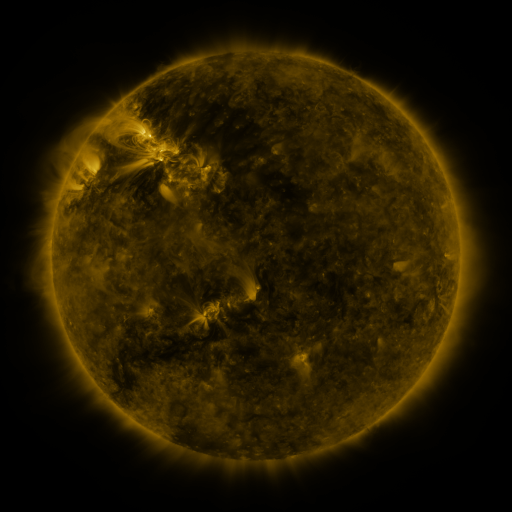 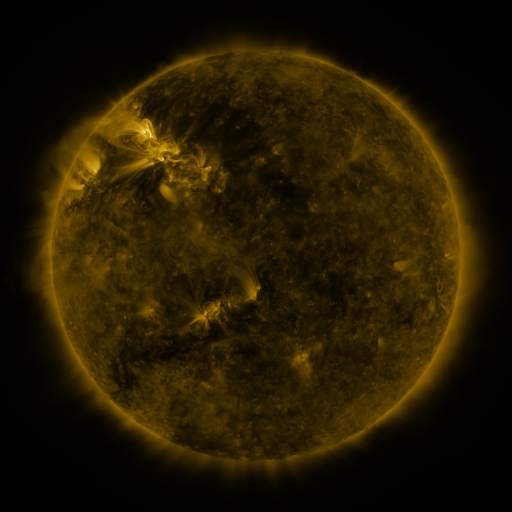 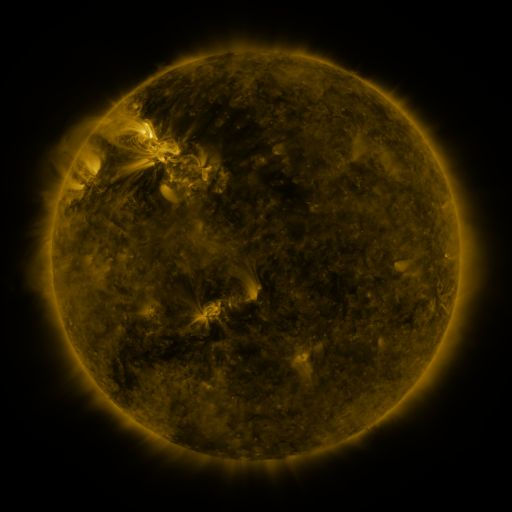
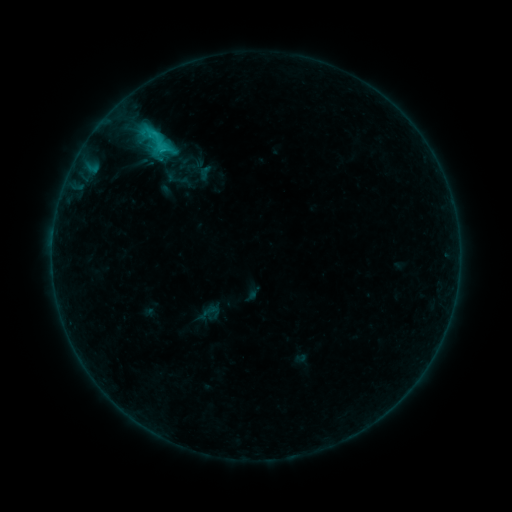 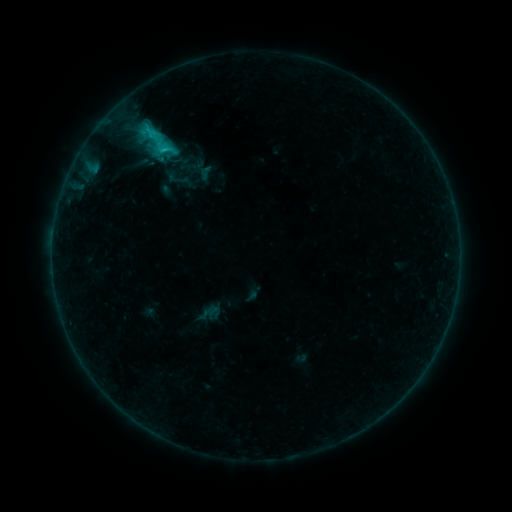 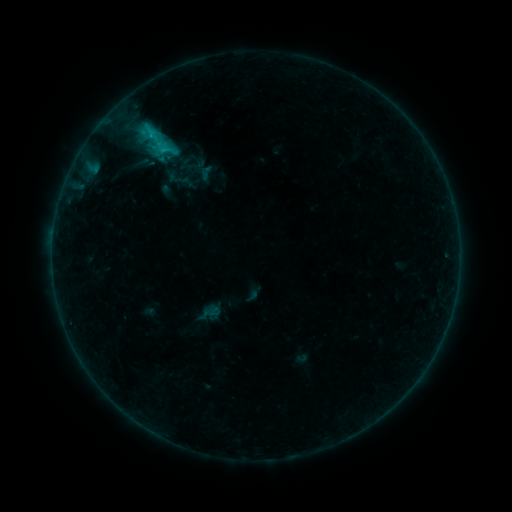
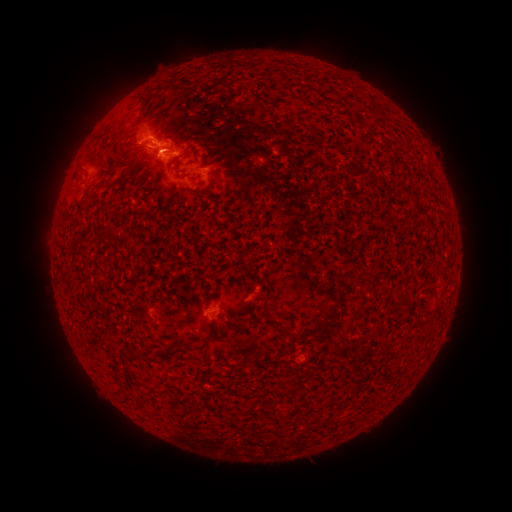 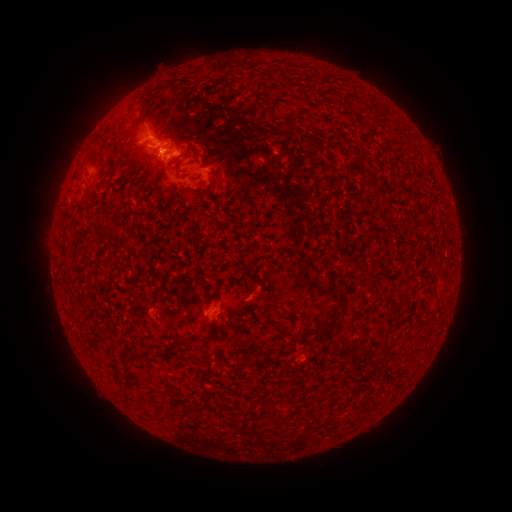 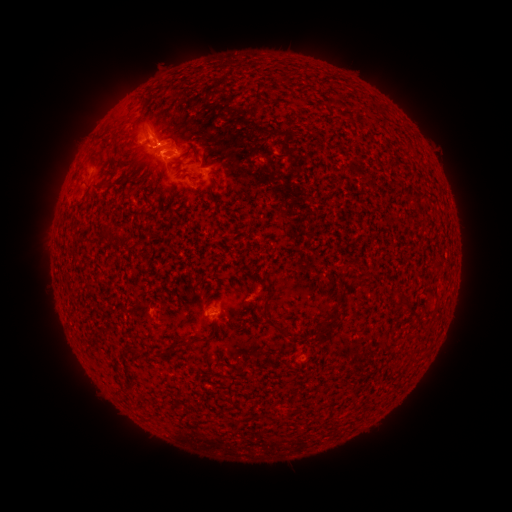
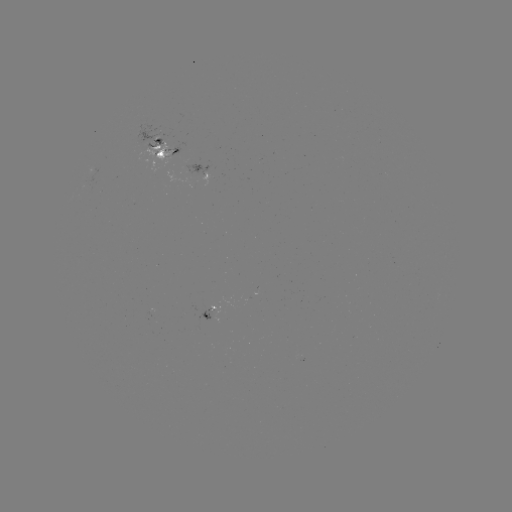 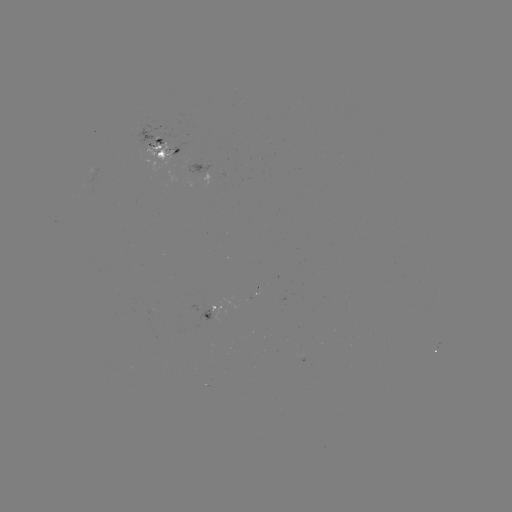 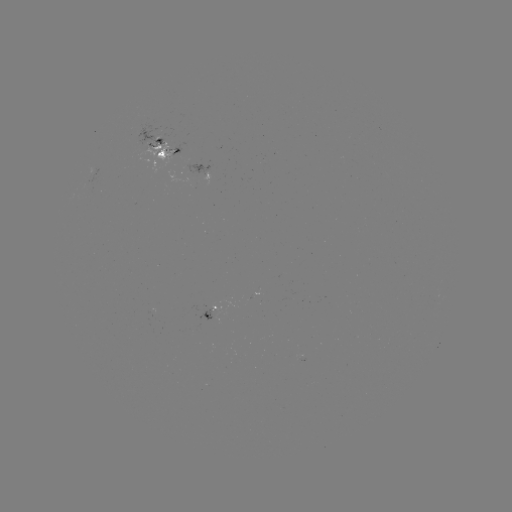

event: emerging-flux region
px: (212, 314)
